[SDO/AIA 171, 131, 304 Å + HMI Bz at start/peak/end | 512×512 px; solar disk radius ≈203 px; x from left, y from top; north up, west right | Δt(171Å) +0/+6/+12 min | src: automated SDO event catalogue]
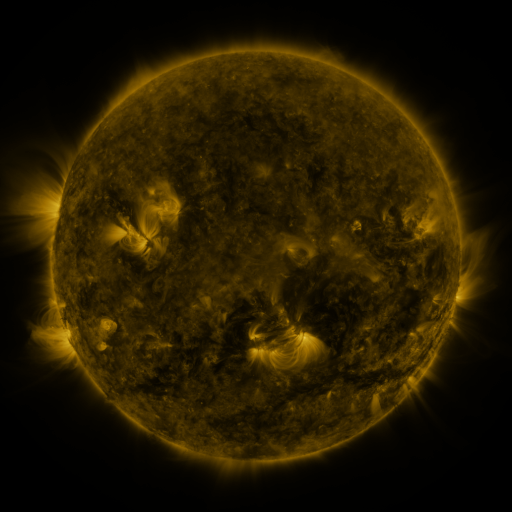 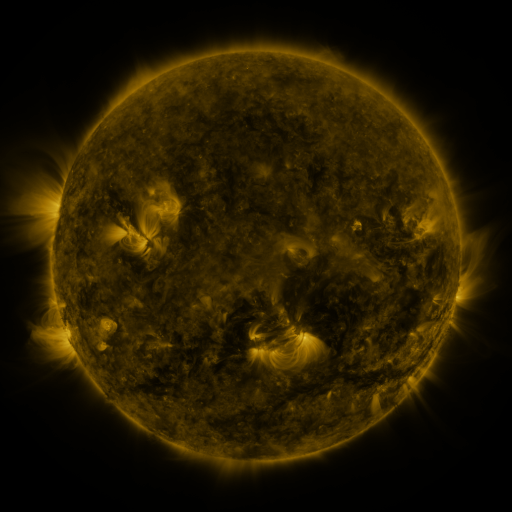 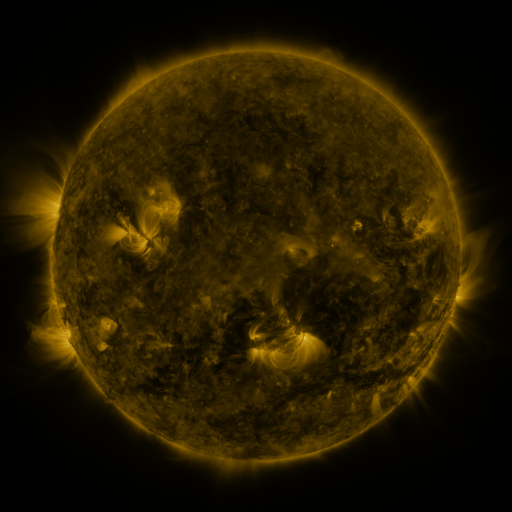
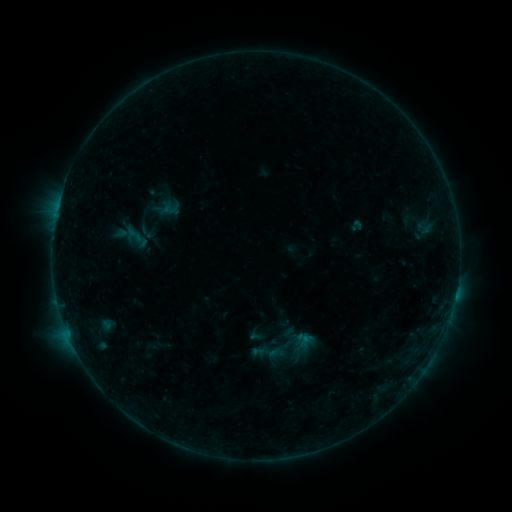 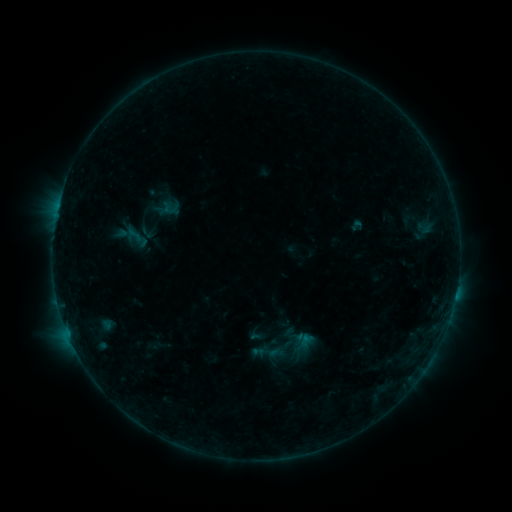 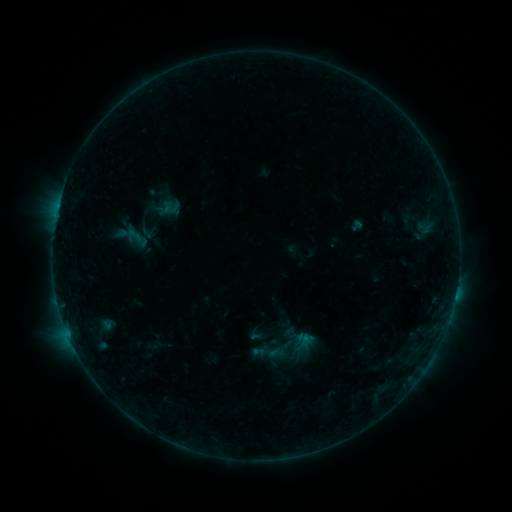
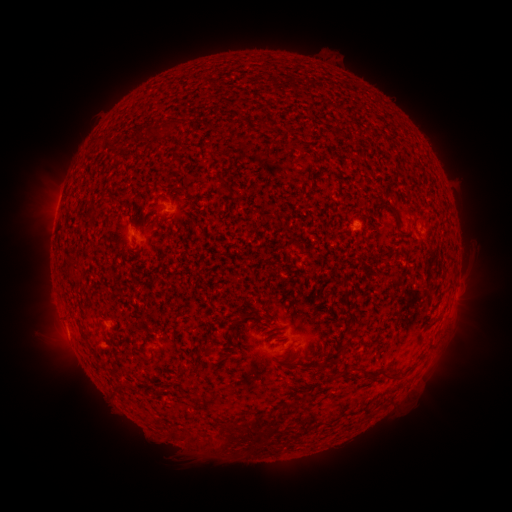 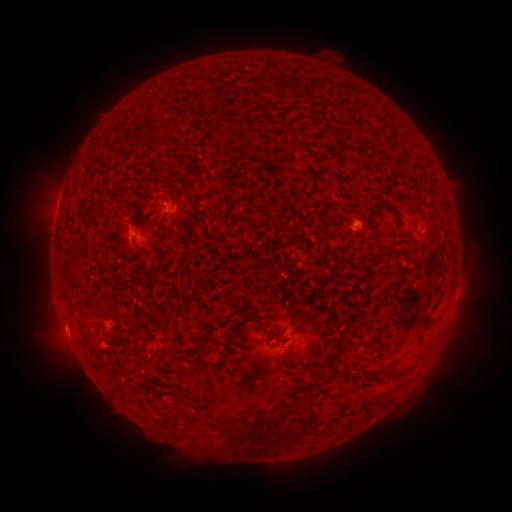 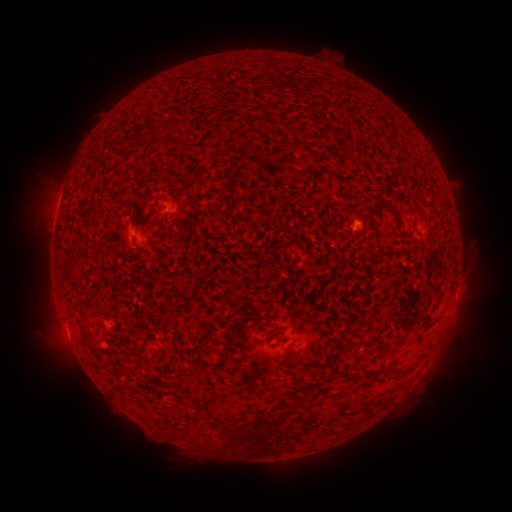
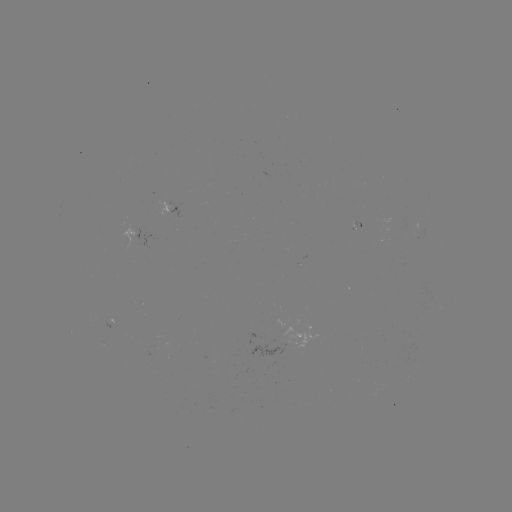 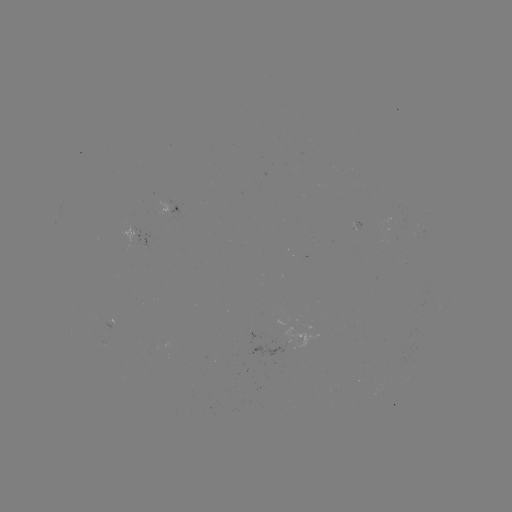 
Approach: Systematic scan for eruption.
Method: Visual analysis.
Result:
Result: eruption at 61,332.